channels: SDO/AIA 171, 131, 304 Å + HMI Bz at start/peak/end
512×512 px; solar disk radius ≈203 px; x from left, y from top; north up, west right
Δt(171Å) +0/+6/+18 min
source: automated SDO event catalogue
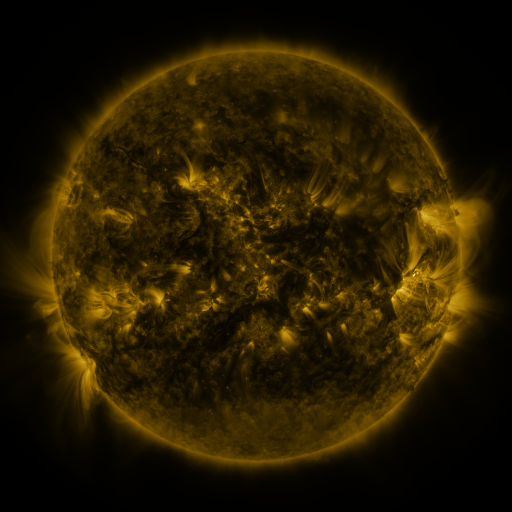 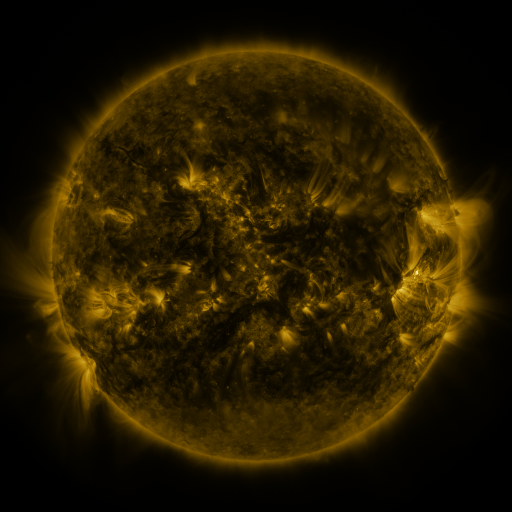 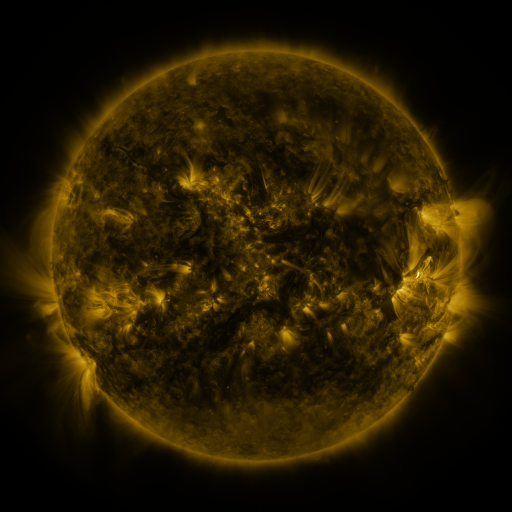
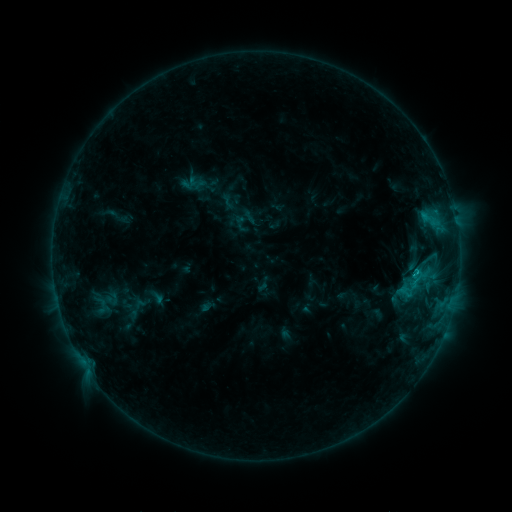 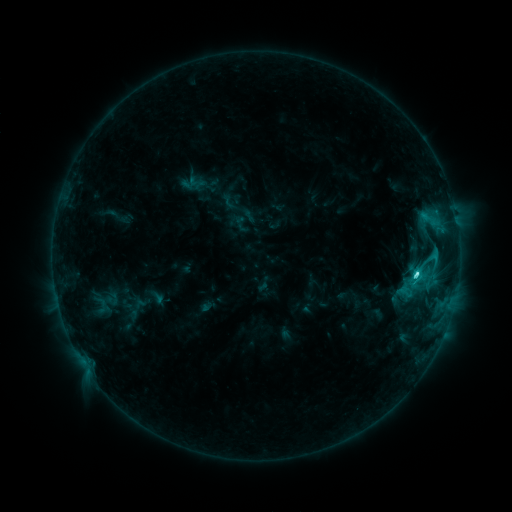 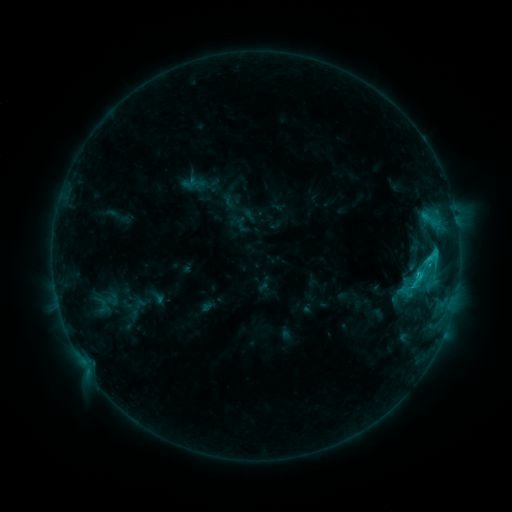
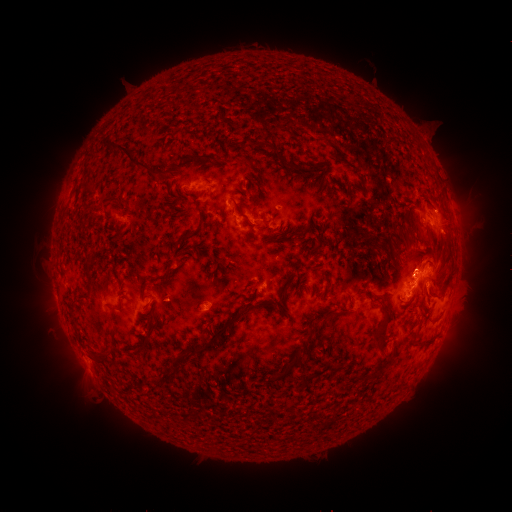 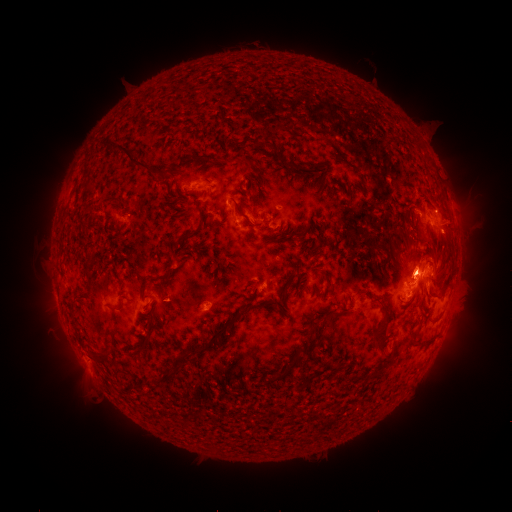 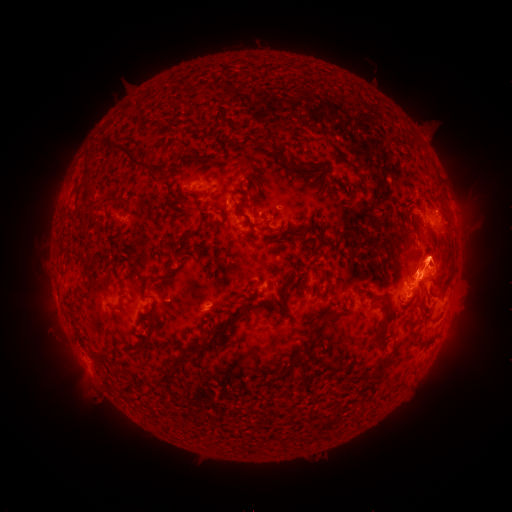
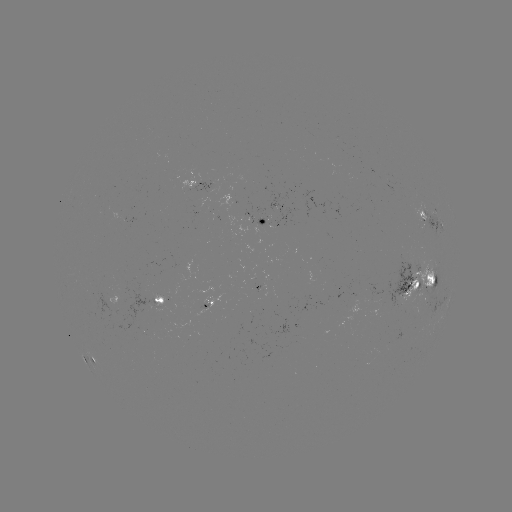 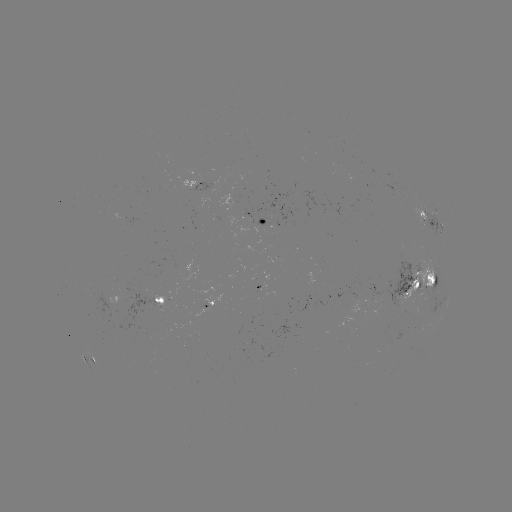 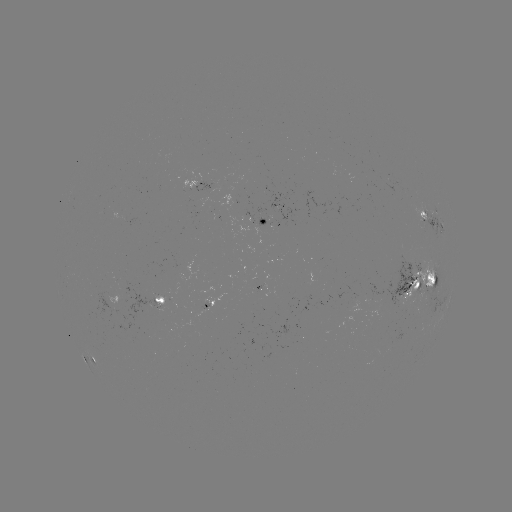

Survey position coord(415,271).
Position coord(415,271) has C3.9 flare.